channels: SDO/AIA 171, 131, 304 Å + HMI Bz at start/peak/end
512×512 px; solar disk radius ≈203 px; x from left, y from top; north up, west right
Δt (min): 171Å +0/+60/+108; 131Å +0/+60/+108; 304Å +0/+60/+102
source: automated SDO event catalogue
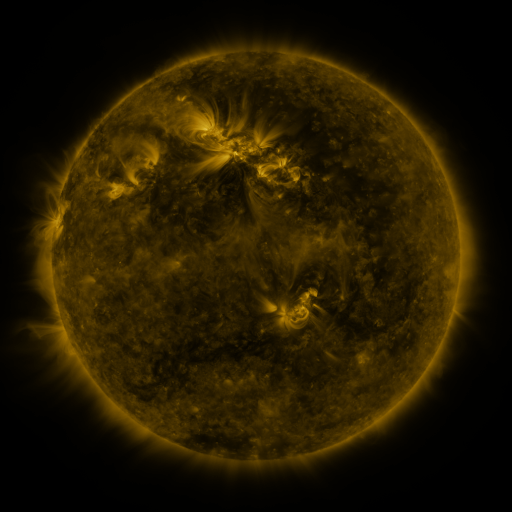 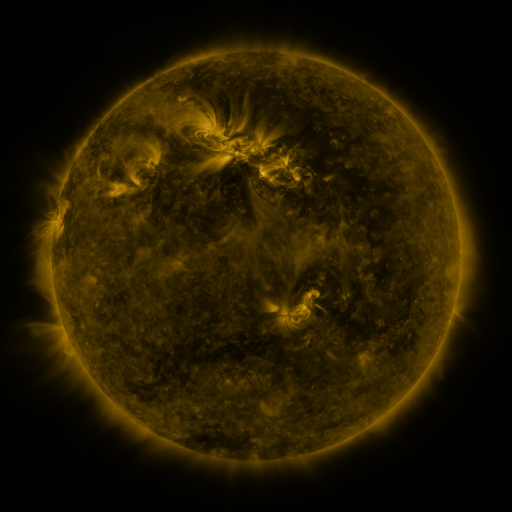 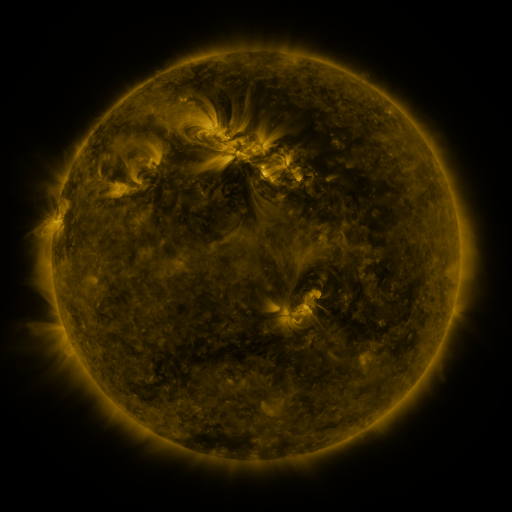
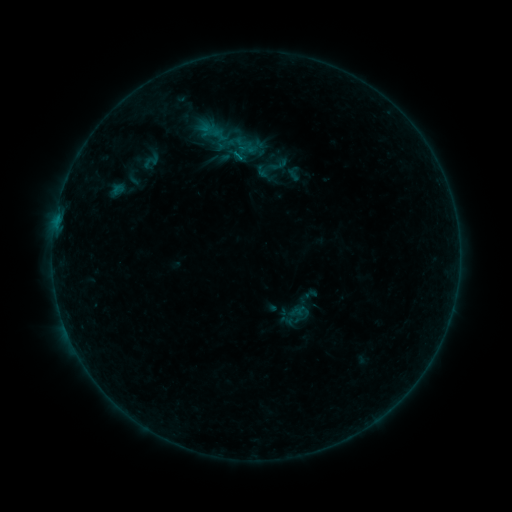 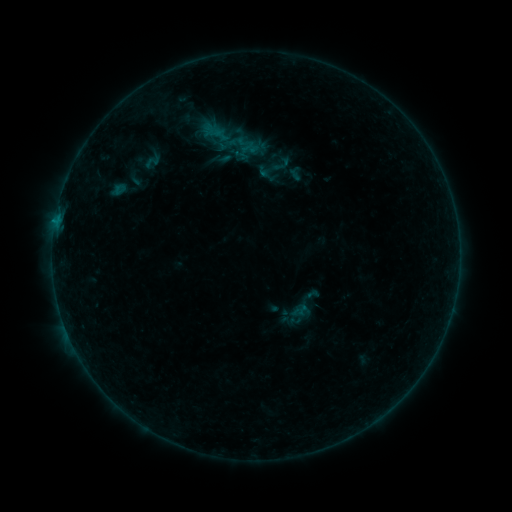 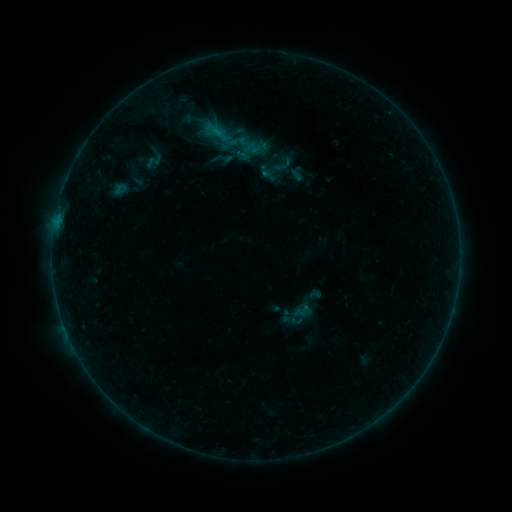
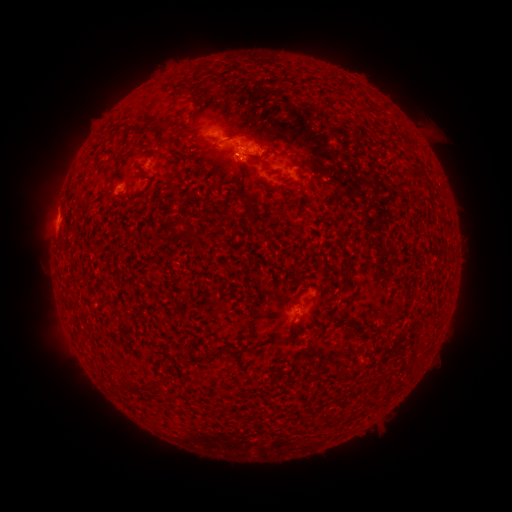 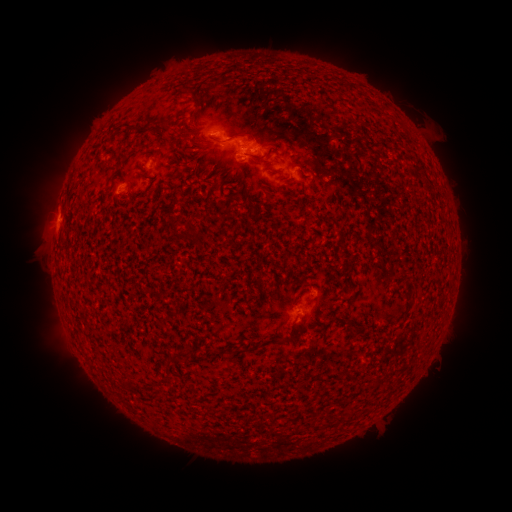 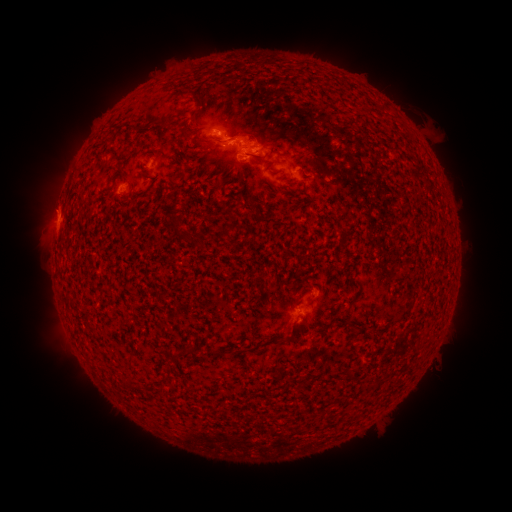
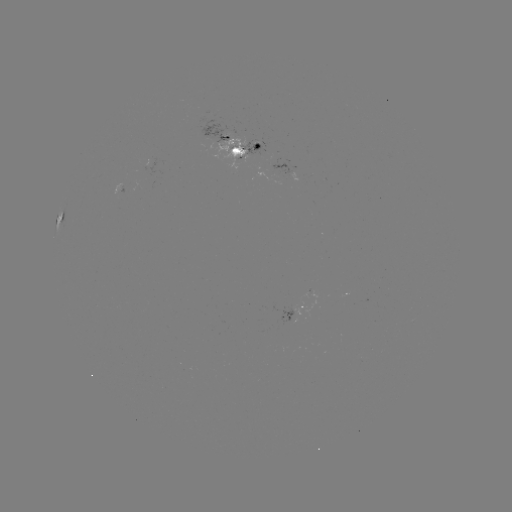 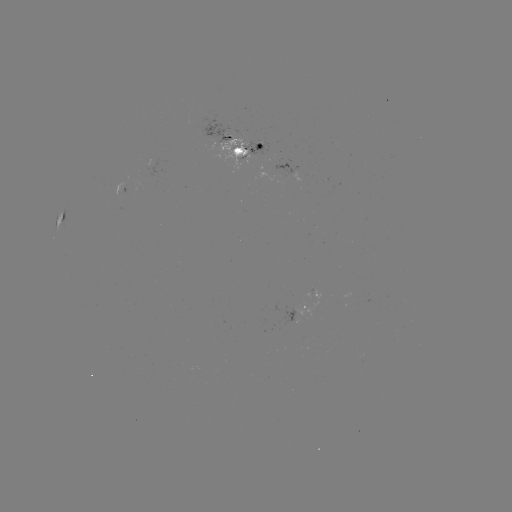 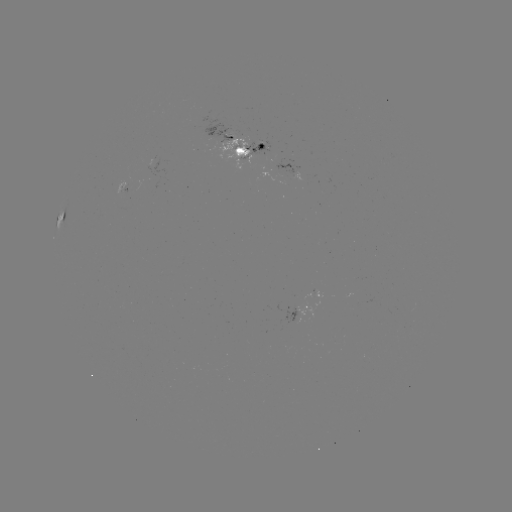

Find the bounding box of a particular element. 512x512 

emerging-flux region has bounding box [114, 183, 125, 194].